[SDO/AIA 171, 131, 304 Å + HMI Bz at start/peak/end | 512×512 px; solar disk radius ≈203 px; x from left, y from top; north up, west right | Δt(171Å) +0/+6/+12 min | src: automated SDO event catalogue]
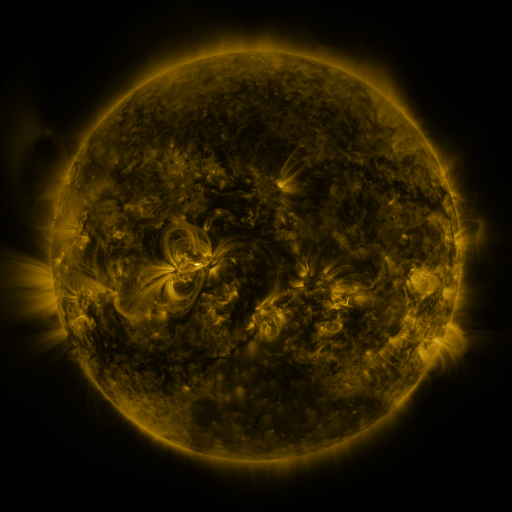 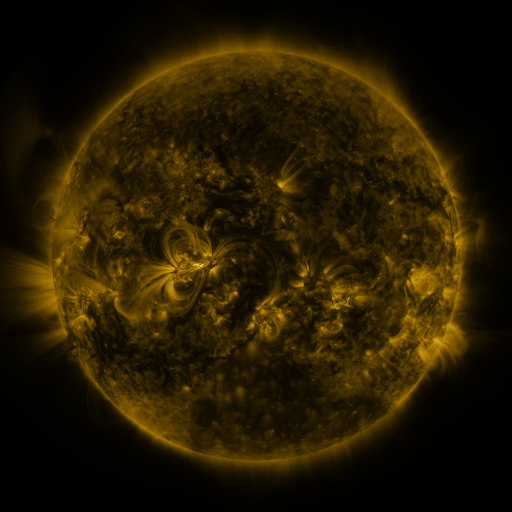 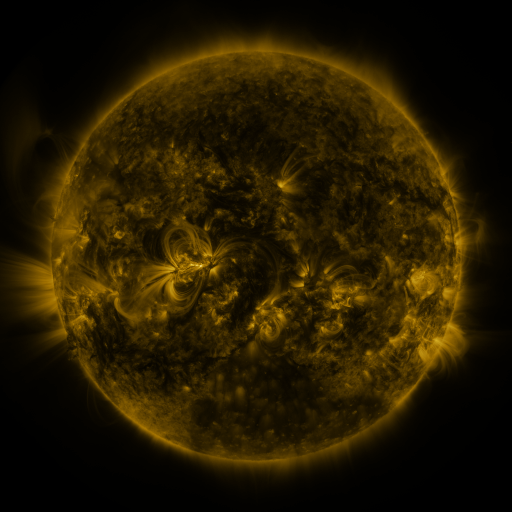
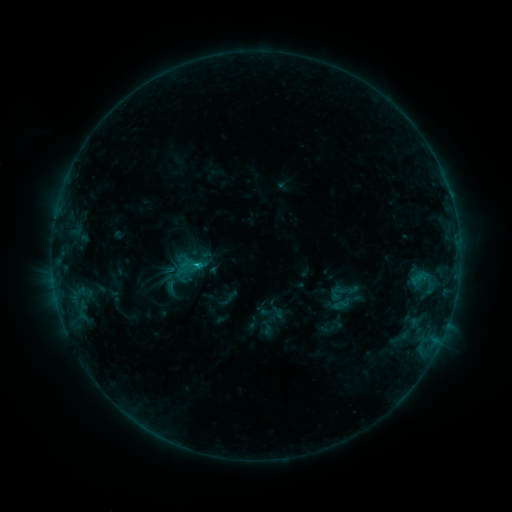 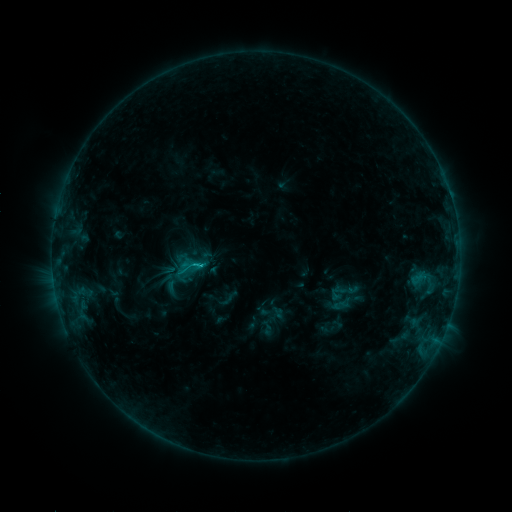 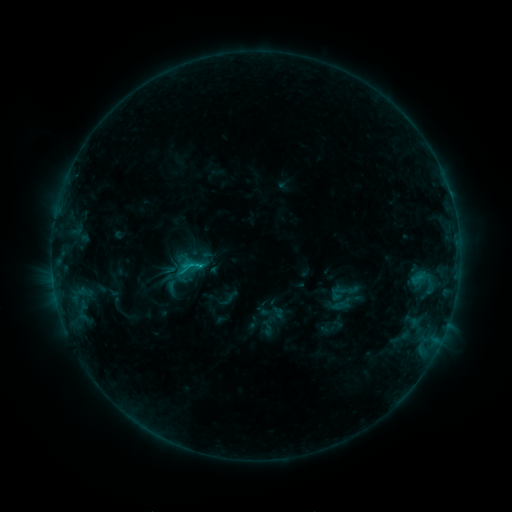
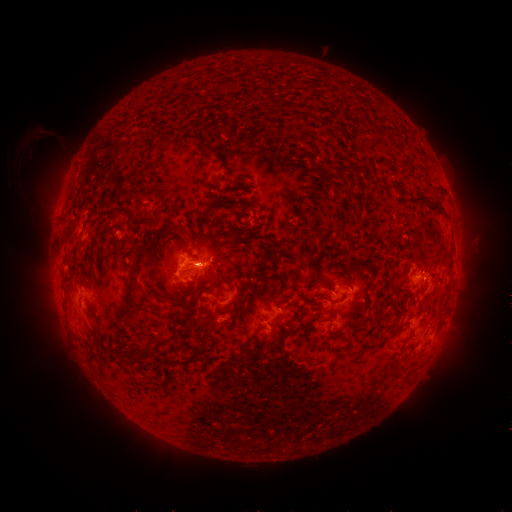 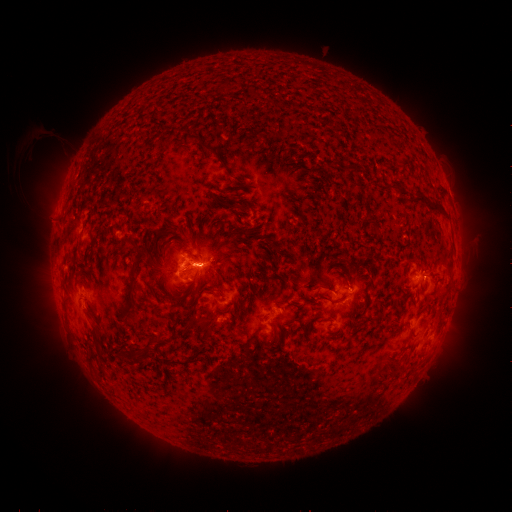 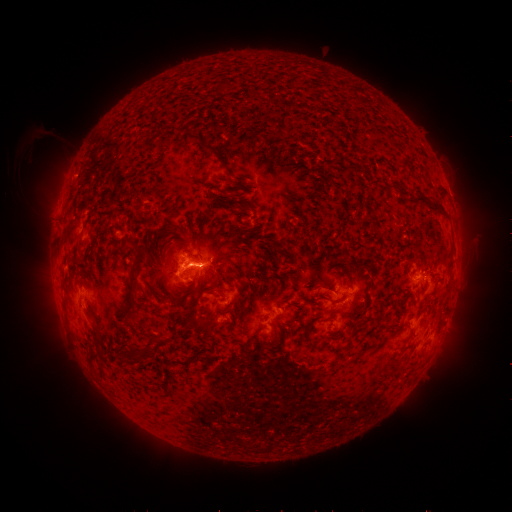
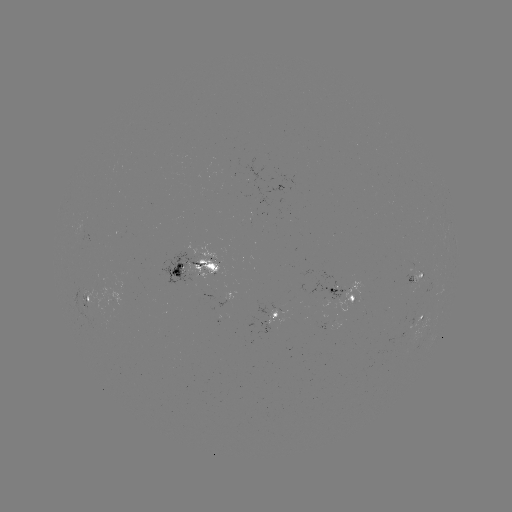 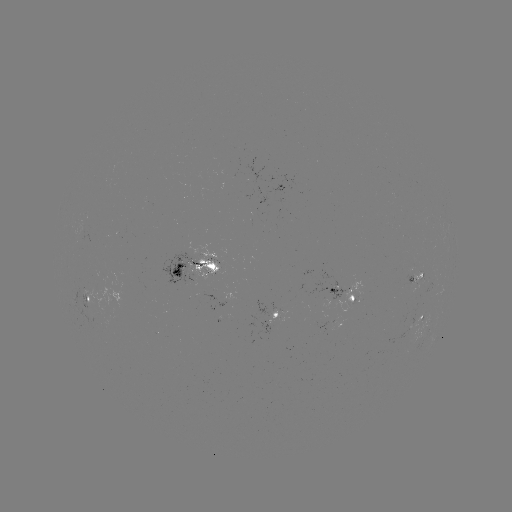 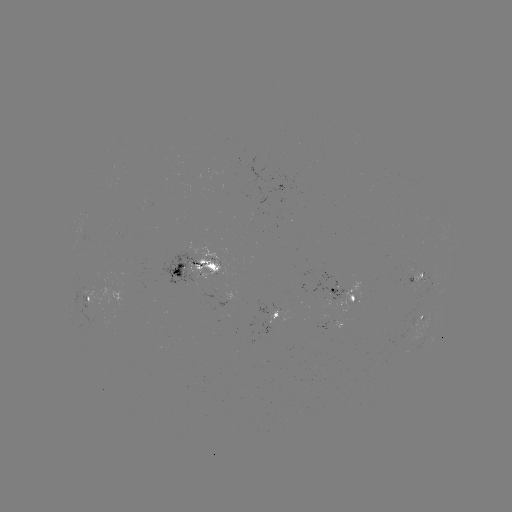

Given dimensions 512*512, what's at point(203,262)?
C1.7 flare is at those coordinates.